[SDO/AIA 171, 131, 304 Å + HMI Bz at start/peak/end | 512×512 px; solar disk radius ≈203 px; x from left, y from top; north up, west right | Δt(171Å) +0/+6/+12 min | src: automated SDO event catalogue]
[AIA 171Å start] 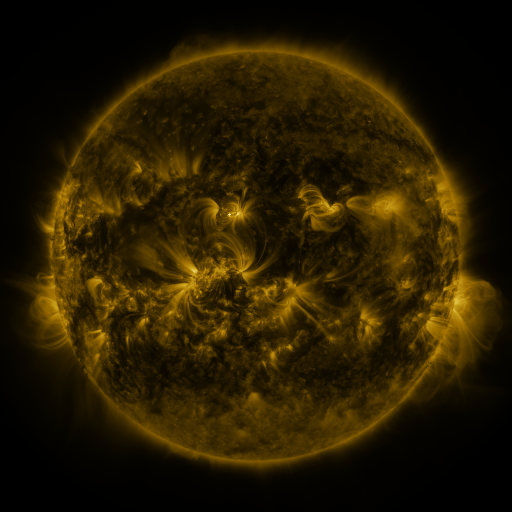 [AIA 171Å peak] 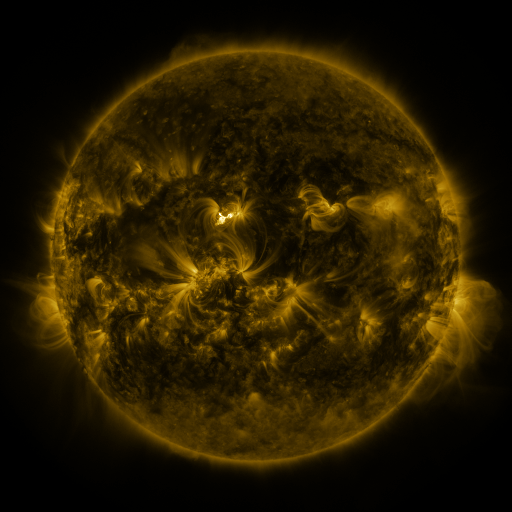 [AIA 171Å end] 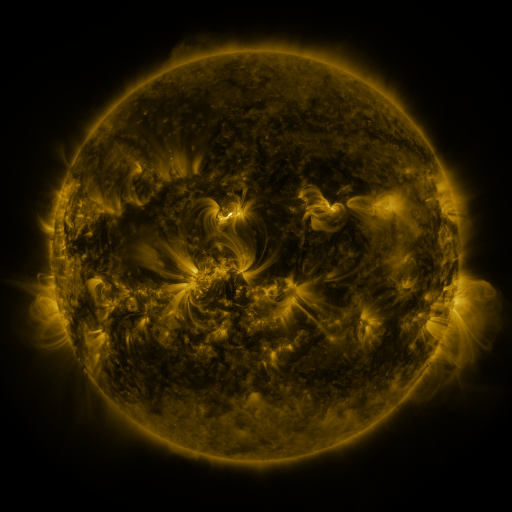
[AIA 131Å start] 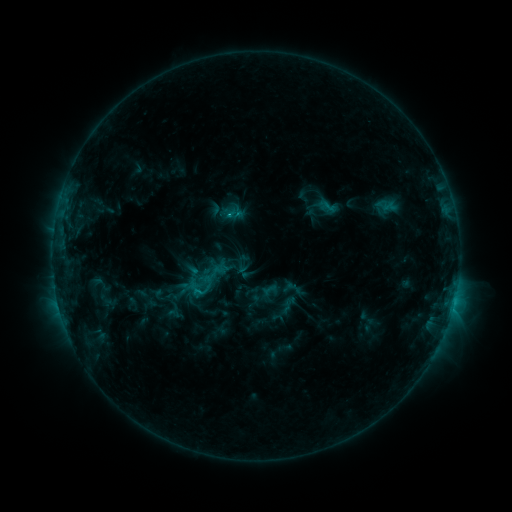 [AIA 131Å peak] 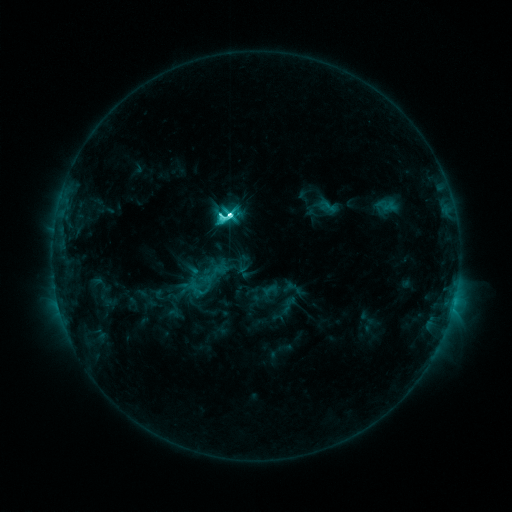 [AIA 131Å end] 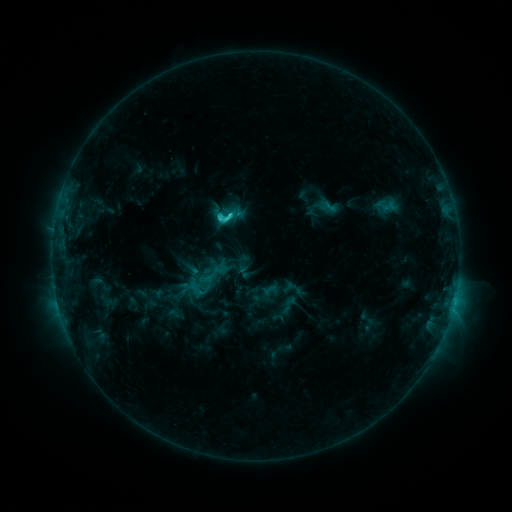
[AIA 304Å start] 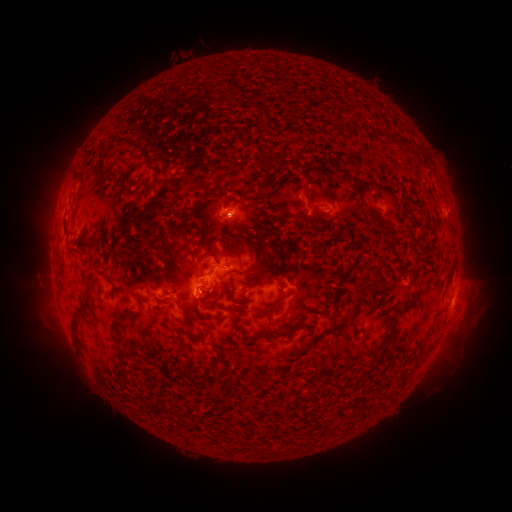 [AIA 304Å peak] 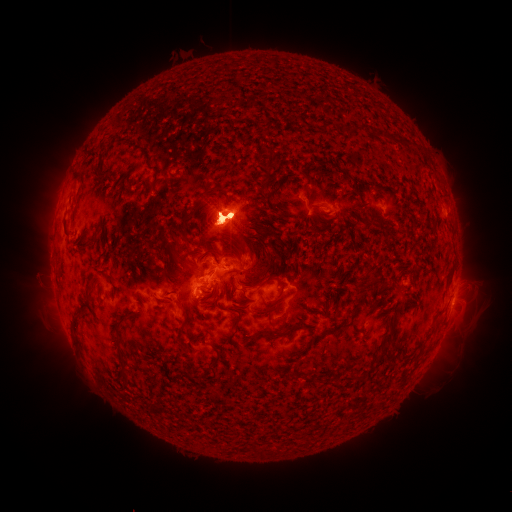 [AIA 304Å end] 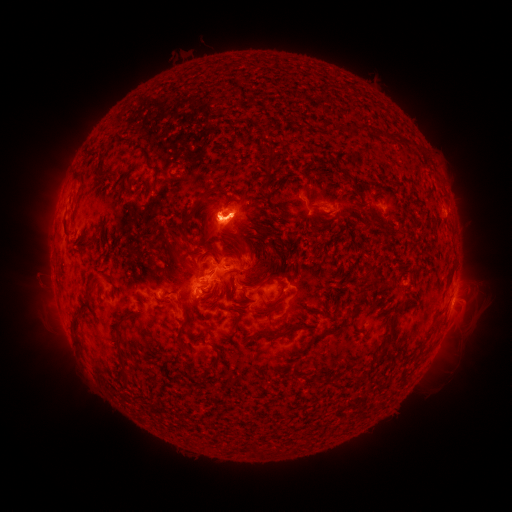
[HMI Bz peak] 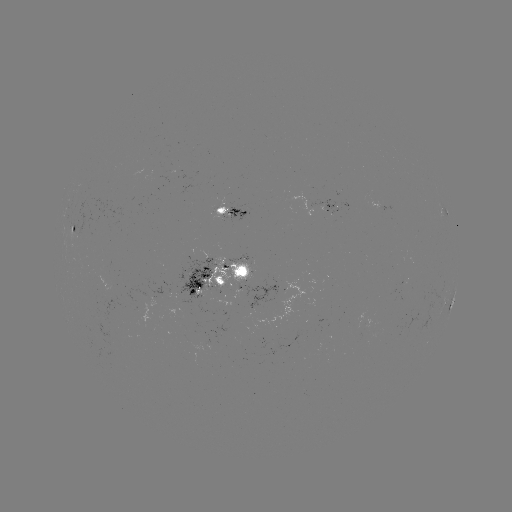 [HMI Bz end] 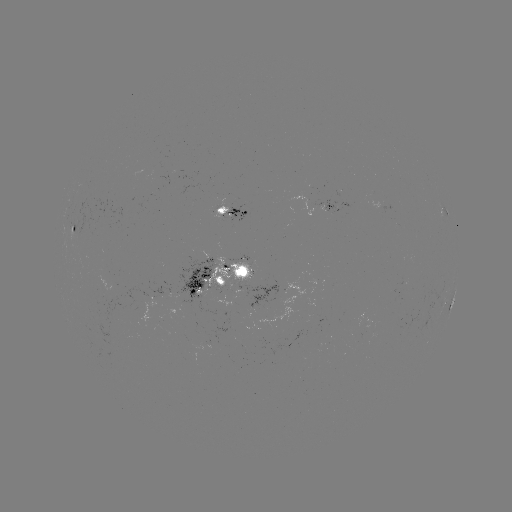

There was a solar flare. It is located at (231, 218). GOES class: M1.0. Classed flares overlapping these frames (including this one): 1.